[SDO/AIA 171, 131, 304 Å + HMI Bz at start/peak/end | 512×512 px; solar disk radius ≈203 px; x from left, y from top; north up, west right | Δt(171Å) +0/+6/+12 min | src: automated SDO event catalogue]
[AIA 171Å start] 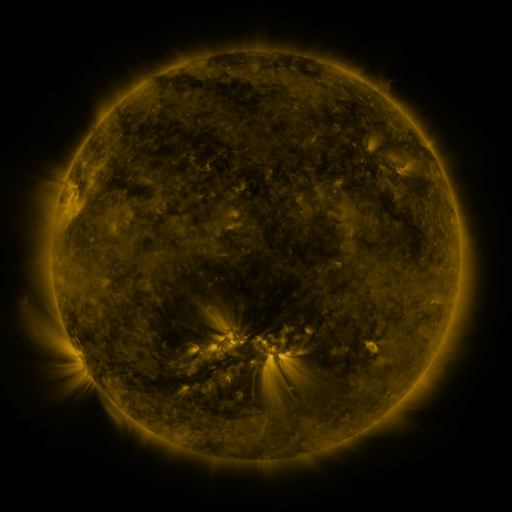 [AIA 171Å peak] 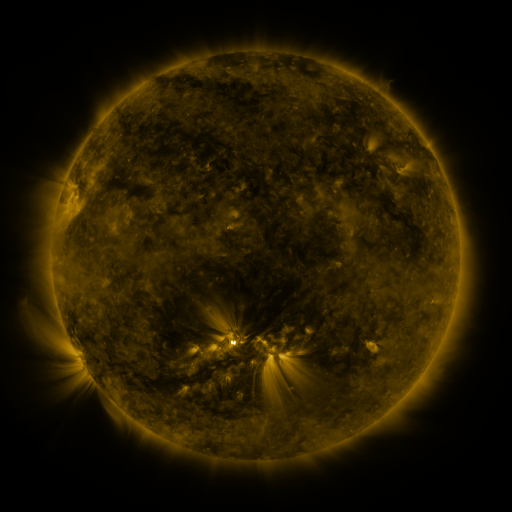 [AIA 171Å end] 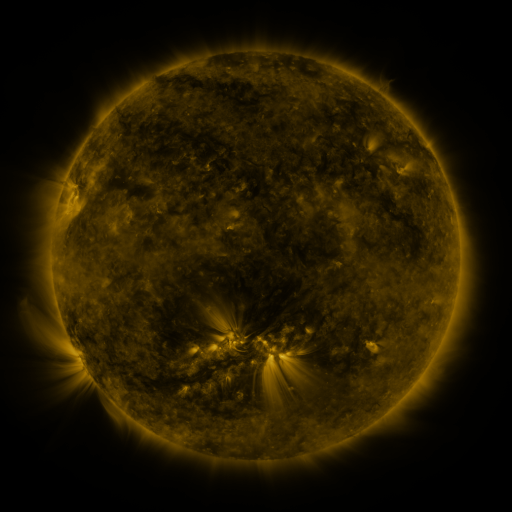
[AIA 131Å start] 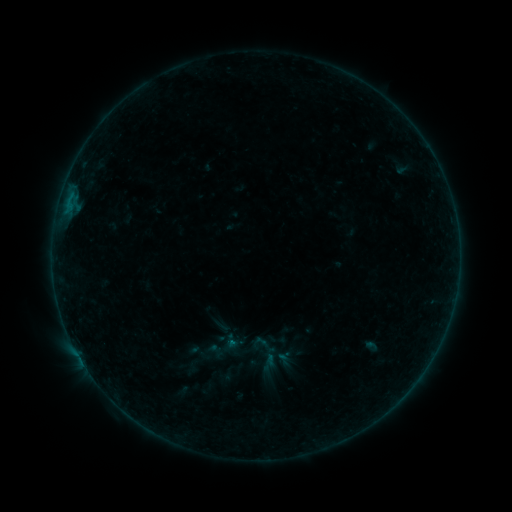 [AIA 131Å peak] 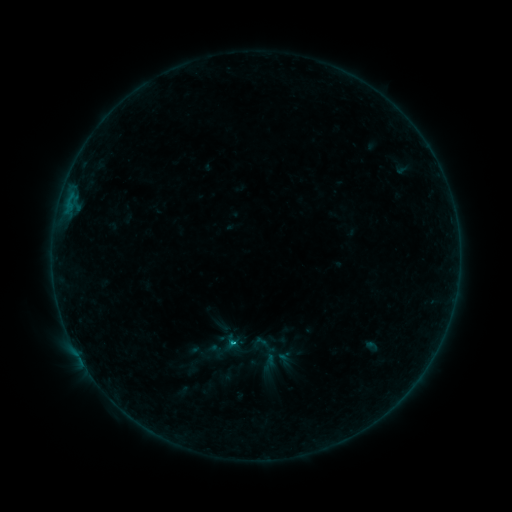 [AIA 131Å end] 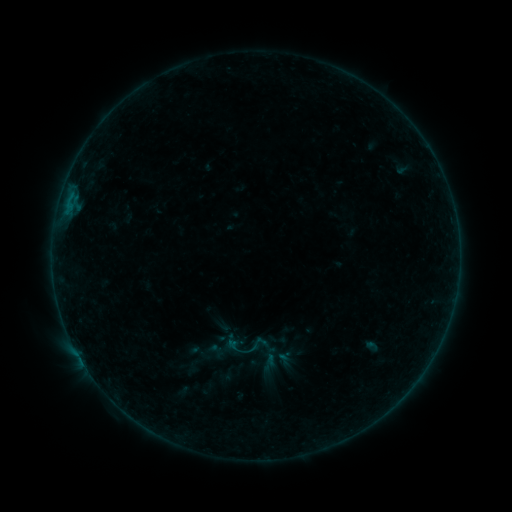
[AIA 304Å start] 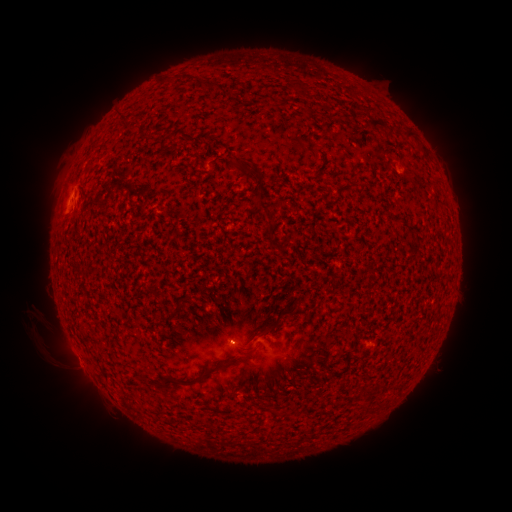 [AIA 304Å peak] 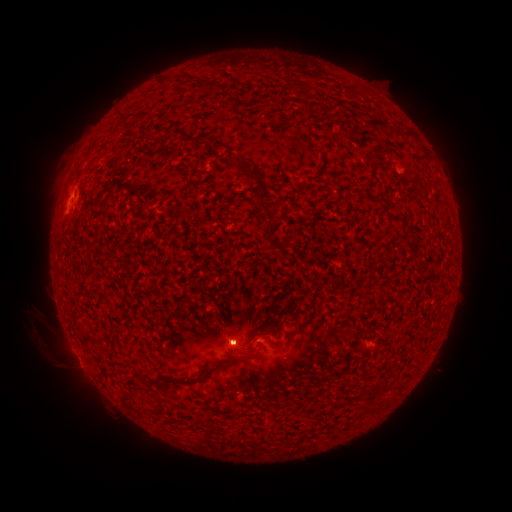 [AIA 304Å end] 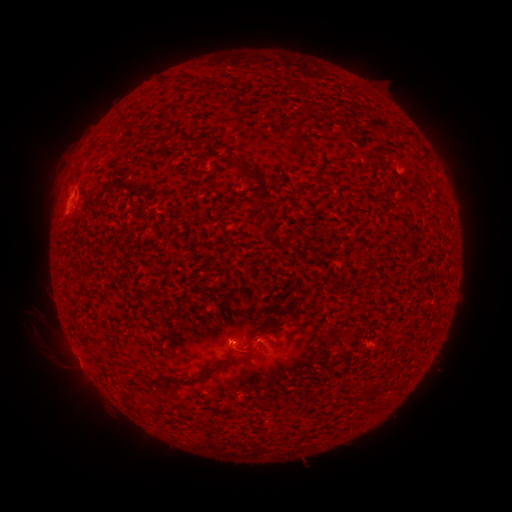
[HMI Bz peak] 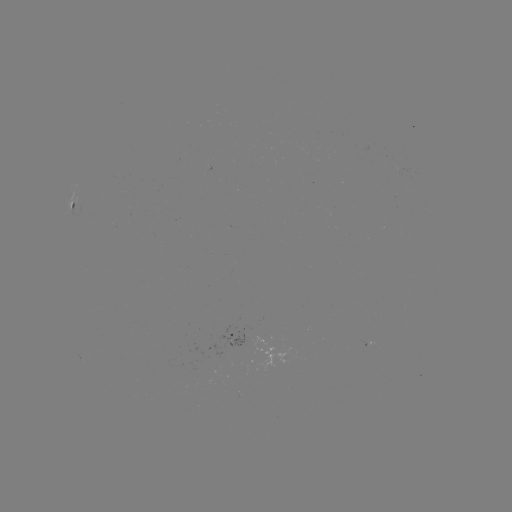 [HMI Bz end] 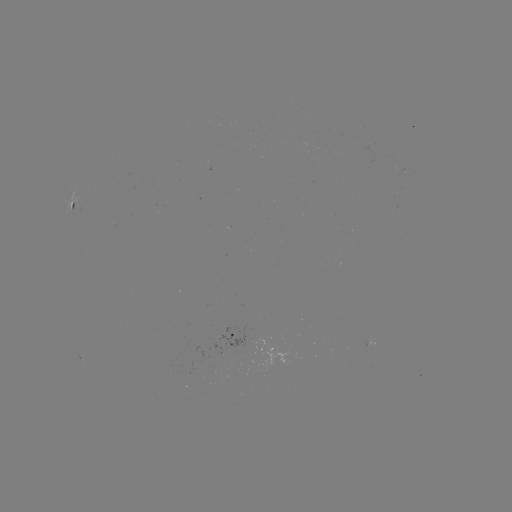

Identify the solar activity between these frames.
B3.9 flare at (232, 341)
